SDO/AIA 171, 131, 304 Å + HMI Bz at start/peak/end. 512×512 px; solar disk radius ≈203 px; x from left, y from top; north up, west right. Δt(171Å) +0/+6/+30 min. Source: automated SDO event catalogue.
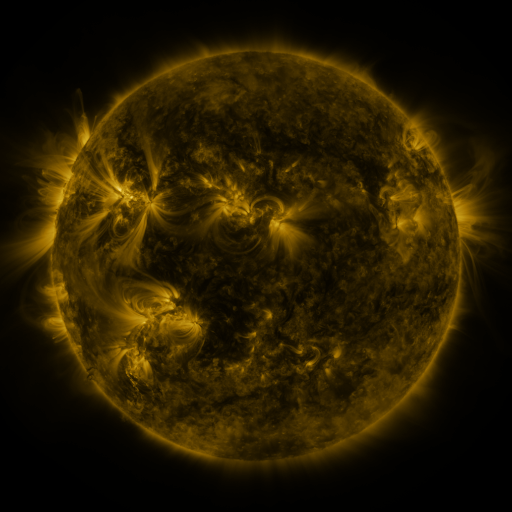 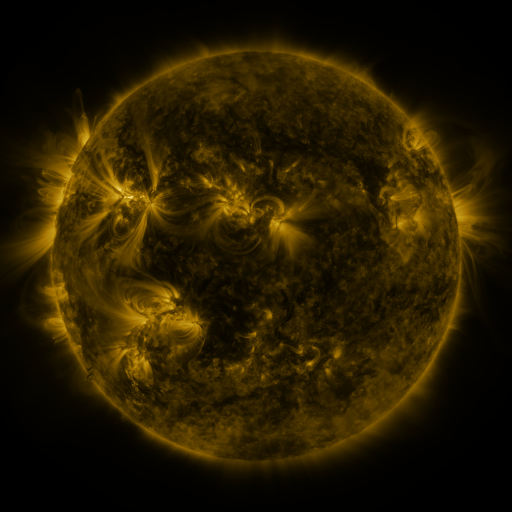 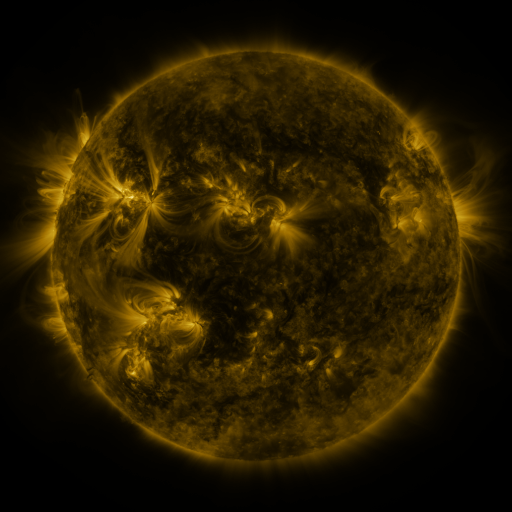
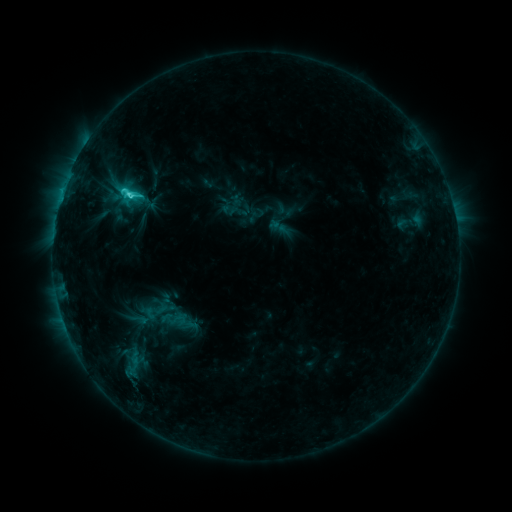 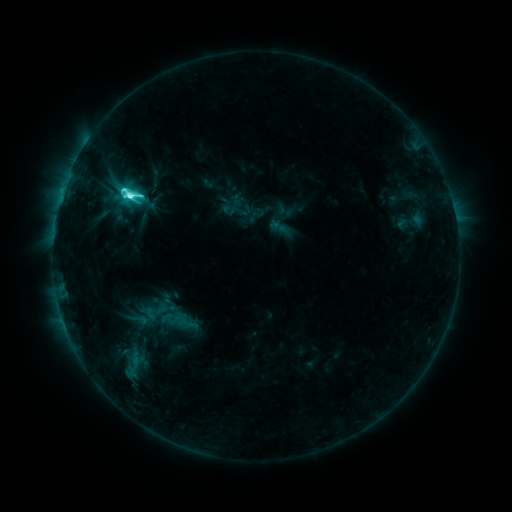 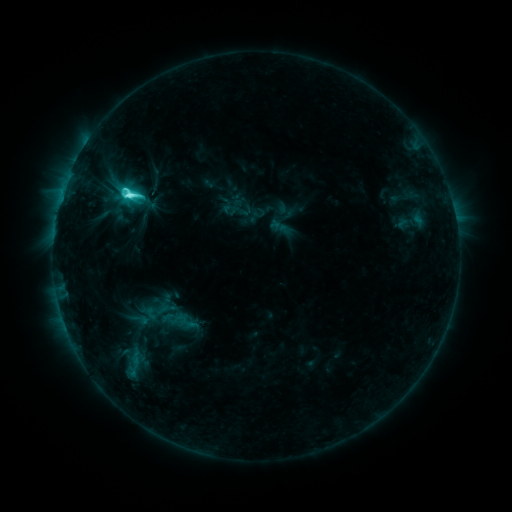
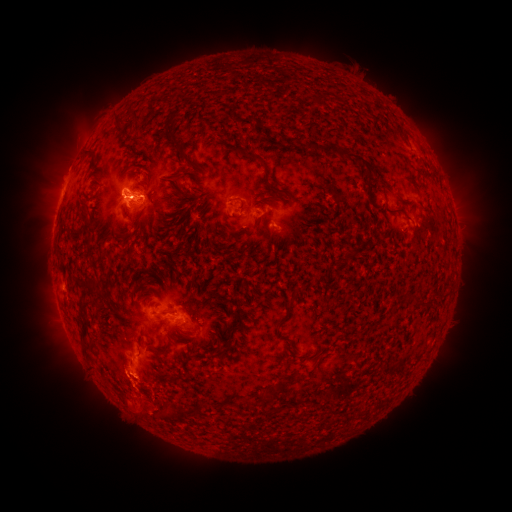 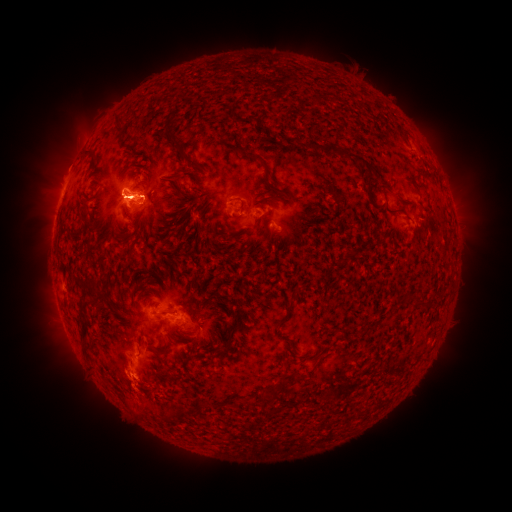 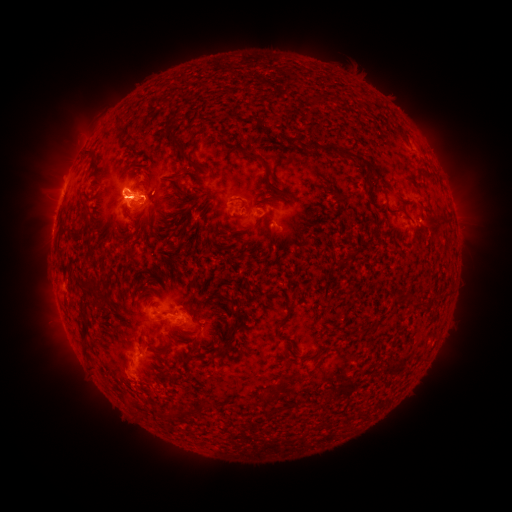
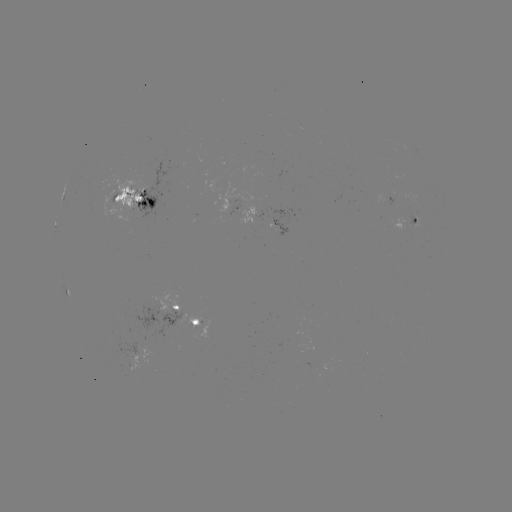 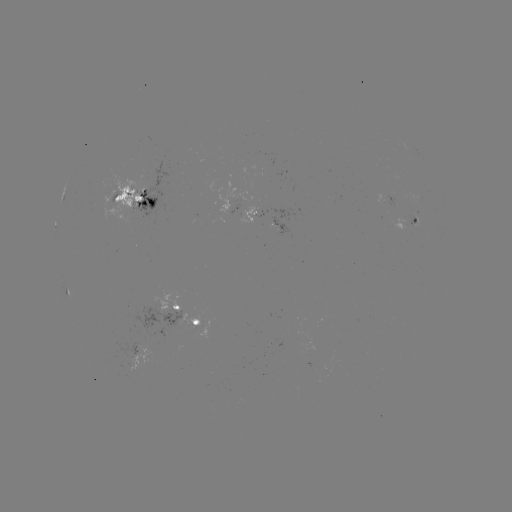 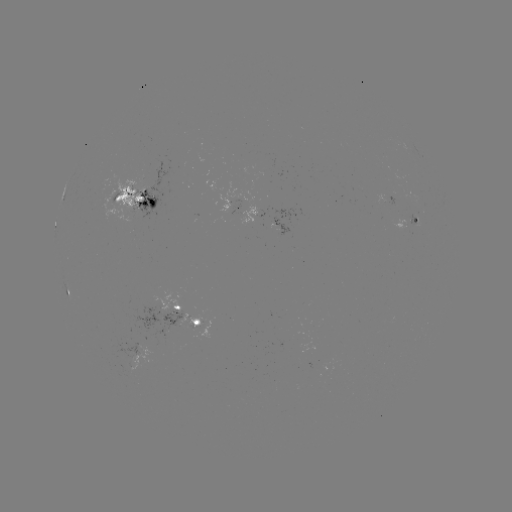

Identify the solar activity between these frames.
M1.1 flare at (129, 199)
